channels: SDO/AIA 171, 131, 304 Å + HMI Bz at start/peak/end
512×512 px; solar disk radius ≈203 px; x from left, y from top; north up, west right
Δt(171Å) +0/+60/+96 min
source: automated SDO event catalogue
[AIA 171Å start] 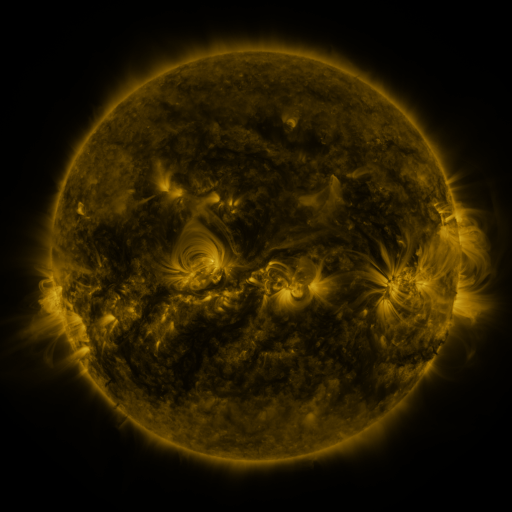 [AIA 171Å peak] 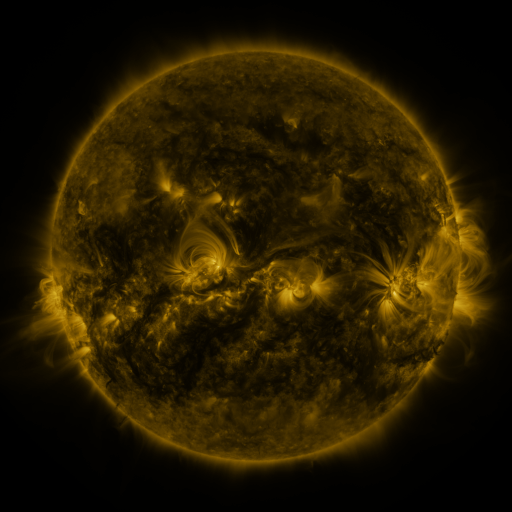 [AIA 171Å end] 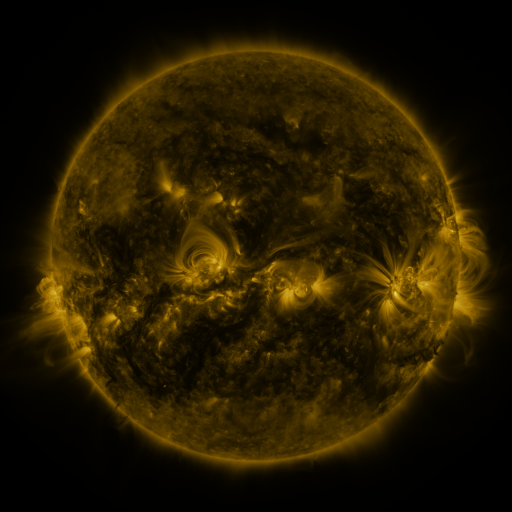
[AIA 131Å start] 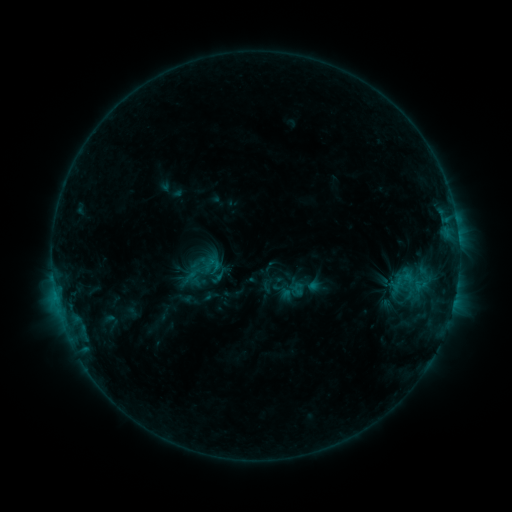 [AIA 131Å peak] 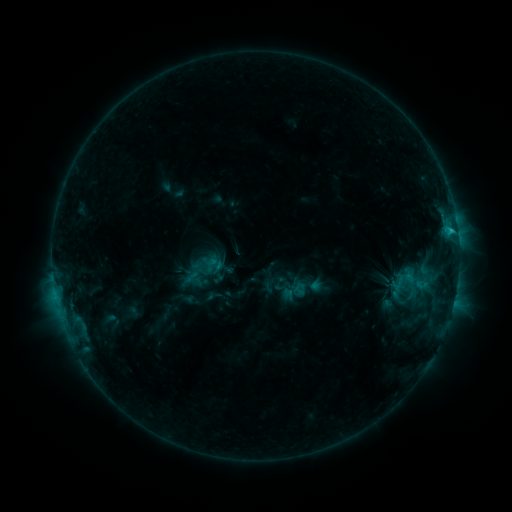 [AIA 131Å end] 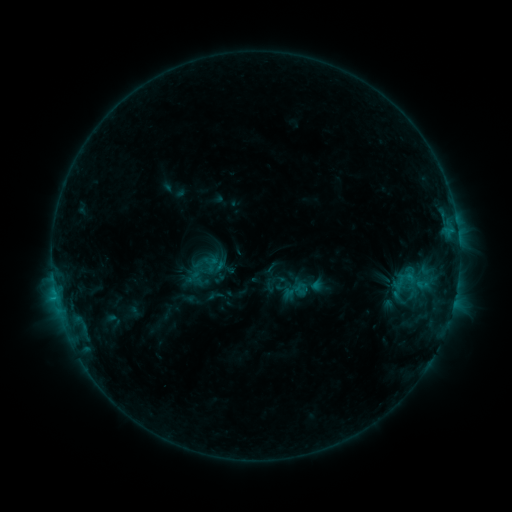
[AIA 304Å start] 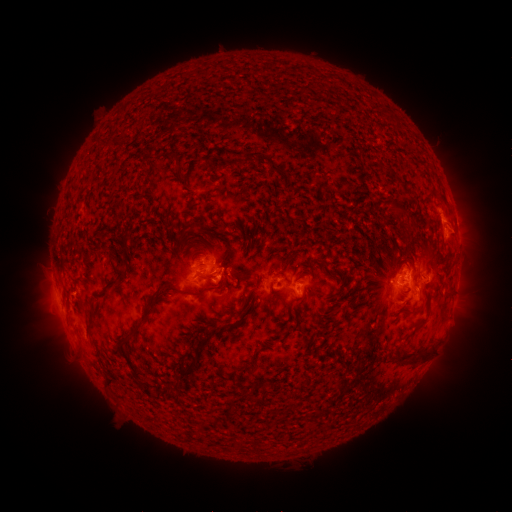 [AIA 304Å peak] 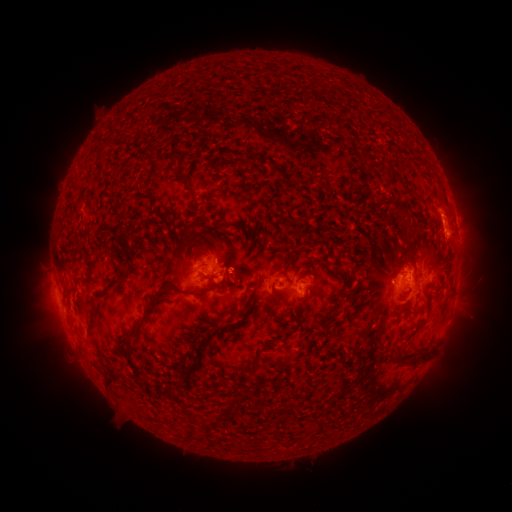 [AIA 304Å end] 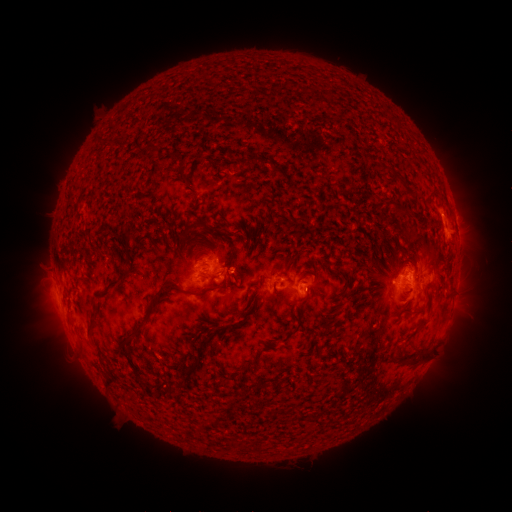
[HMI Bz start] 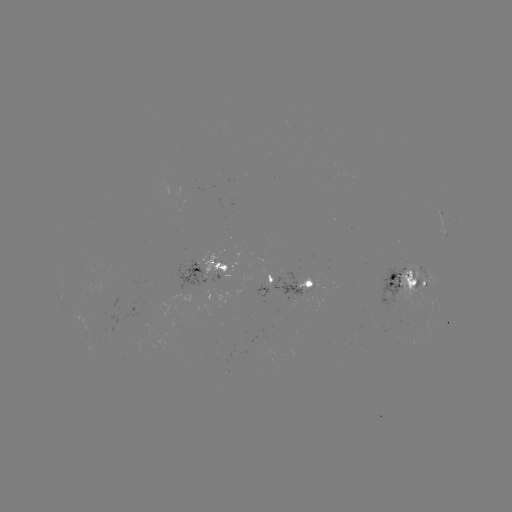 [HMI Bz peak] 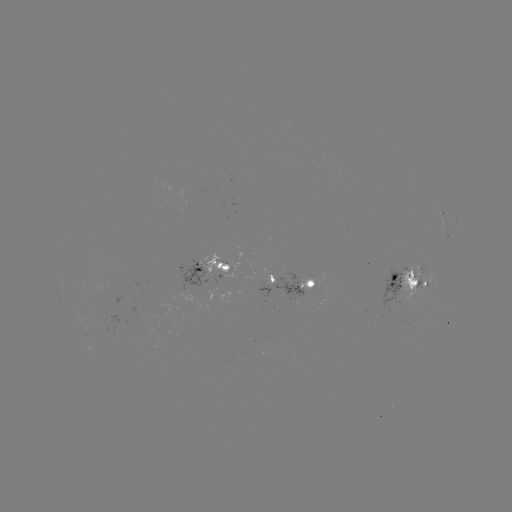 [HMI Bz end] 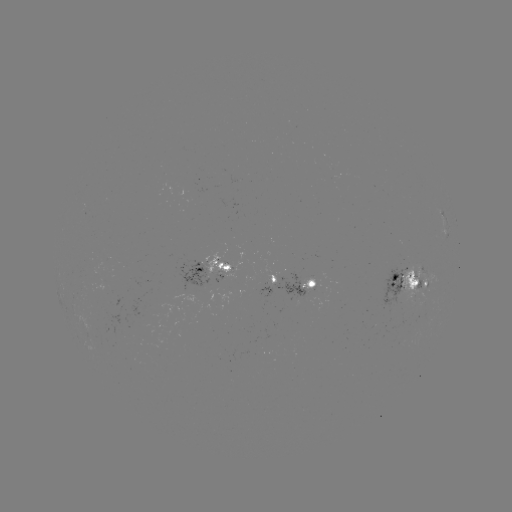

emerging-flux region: <bbox>248, 340, 272, 351</bbox>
